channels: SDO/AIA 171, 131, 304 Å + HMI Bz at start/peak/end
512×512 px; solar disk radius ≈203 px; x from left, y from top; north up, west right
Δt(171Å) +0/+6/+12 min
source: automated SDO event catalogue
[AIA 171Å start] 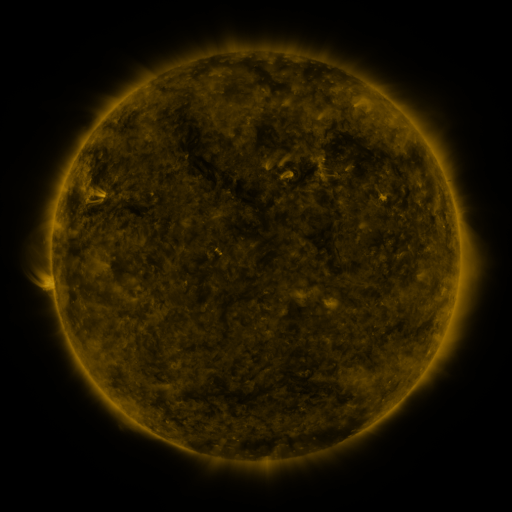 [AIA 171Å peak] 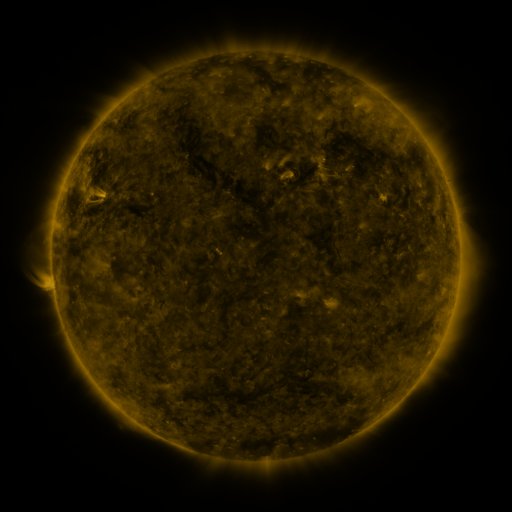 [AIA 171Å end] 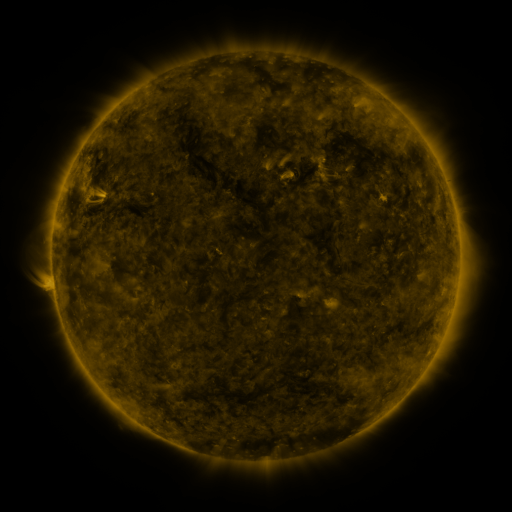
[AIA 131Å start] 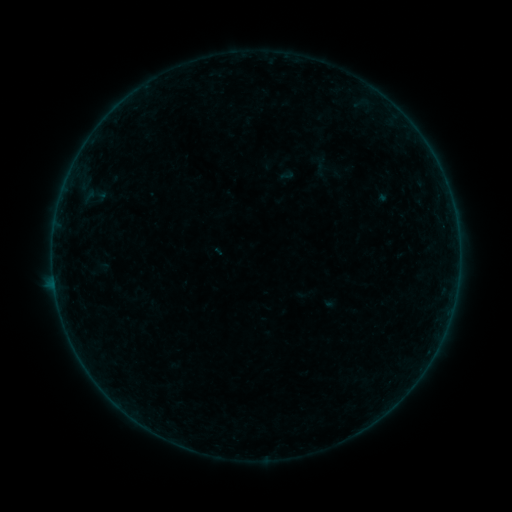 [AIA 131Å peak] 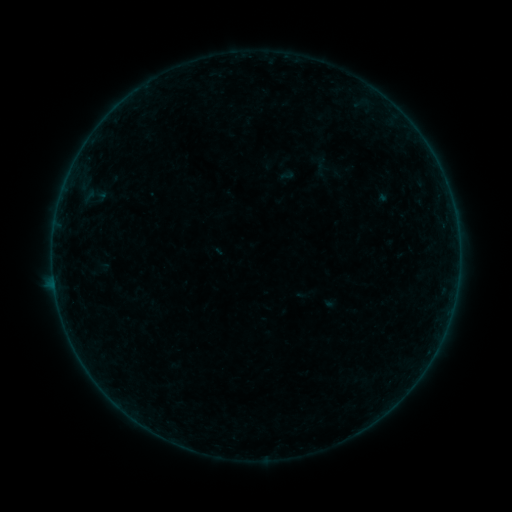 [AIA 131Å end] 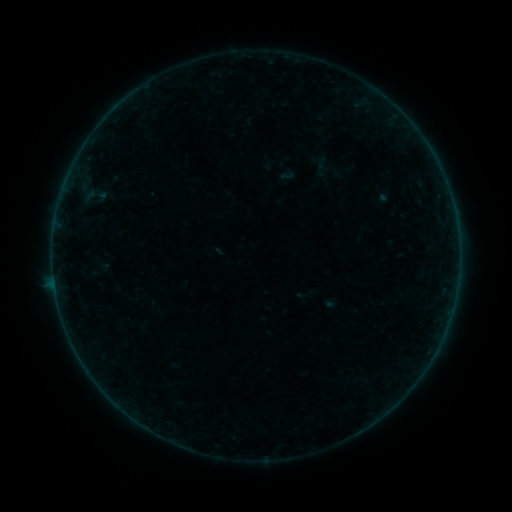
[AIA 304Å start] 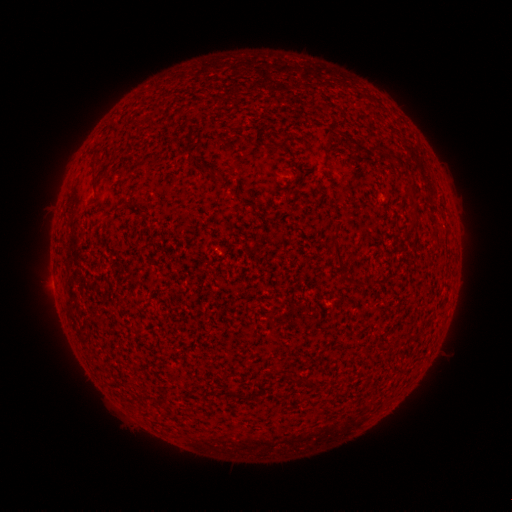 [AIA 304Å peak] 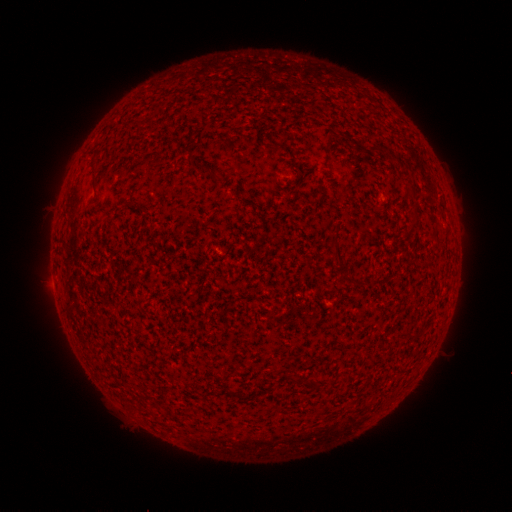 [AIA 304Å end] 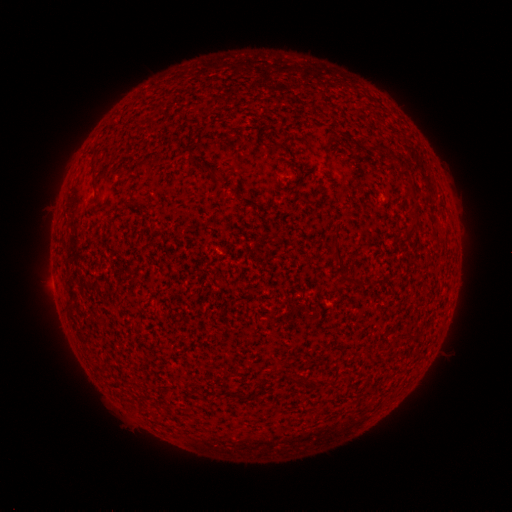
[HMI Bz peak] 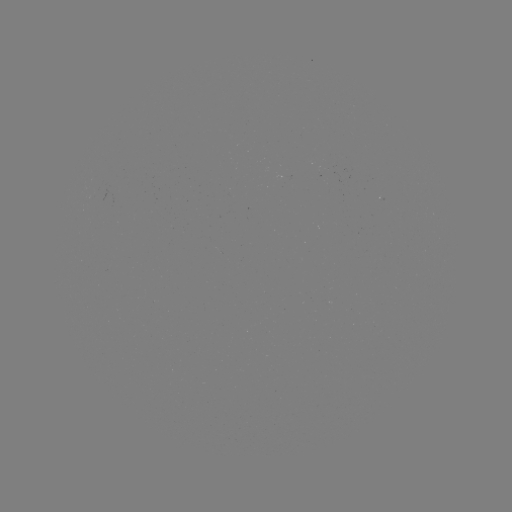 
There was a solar flare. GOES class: B2.2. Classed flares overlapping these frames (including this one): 1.